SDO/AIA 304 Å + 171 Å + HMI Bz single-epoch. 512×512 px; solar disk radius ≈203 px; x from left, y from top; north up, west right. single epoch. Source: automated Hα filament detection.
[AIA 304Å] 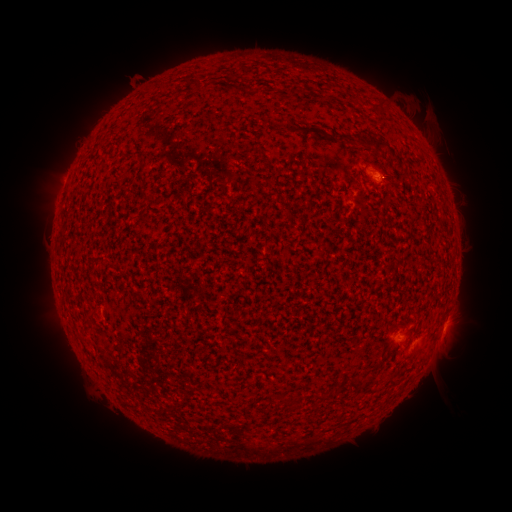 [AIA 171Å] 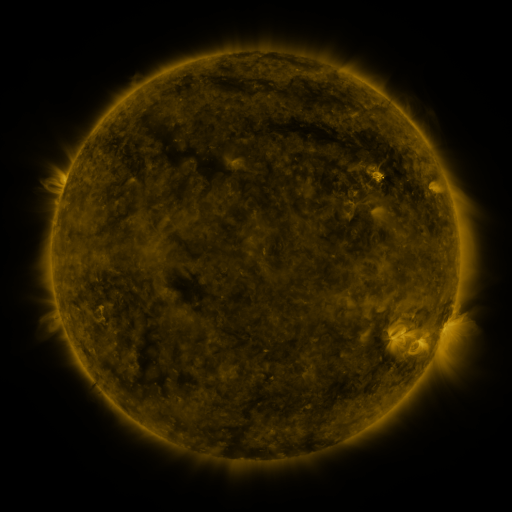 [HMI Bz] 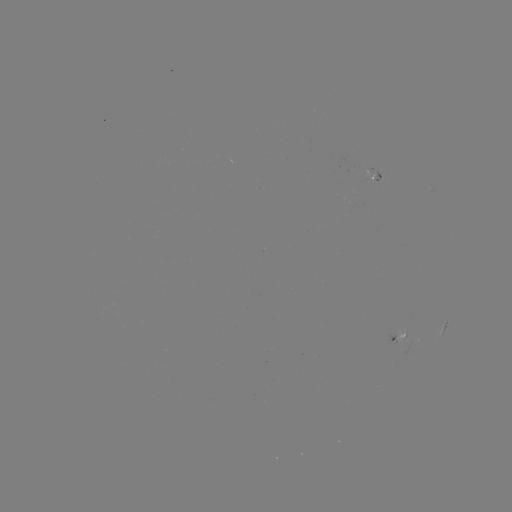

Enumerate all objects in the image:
filament: (378, 106)
filament: (312, 131)
filament: (347, 138)
filament: (375, 142)
filament: (390, 183)
filament: (359, 382)
filament: (282, 399)
